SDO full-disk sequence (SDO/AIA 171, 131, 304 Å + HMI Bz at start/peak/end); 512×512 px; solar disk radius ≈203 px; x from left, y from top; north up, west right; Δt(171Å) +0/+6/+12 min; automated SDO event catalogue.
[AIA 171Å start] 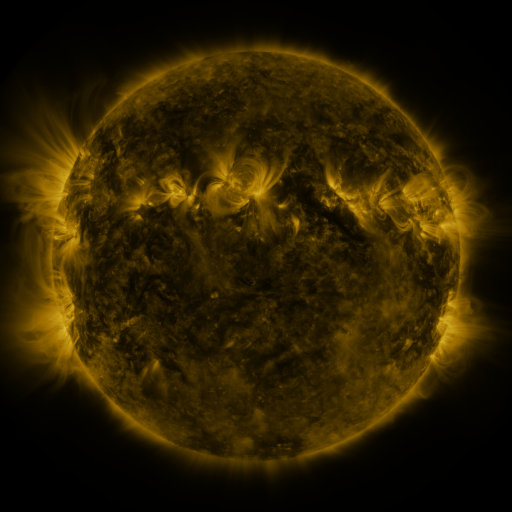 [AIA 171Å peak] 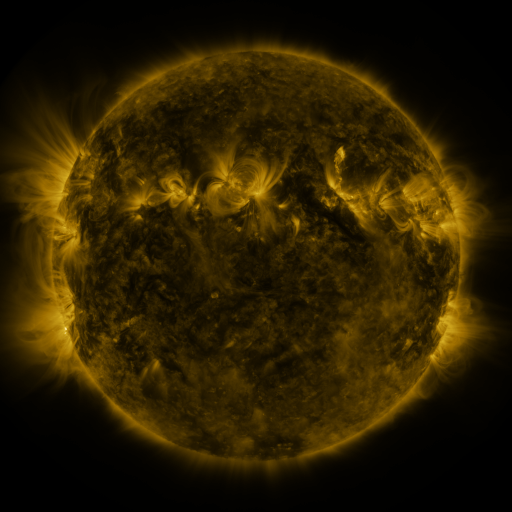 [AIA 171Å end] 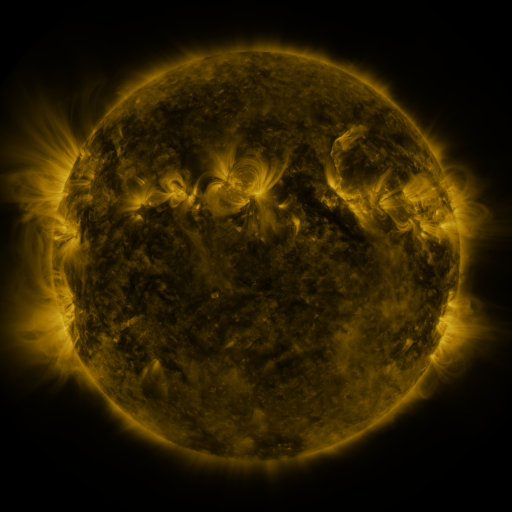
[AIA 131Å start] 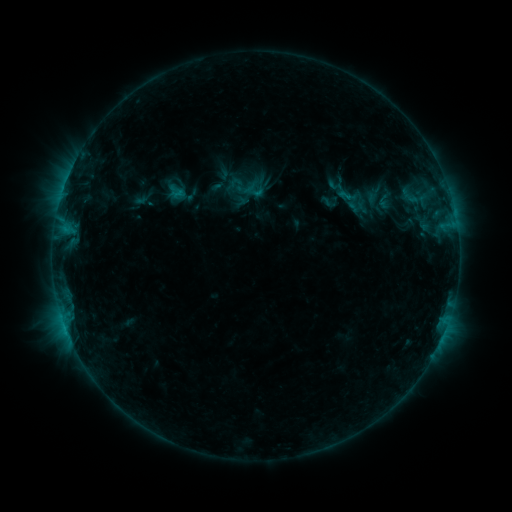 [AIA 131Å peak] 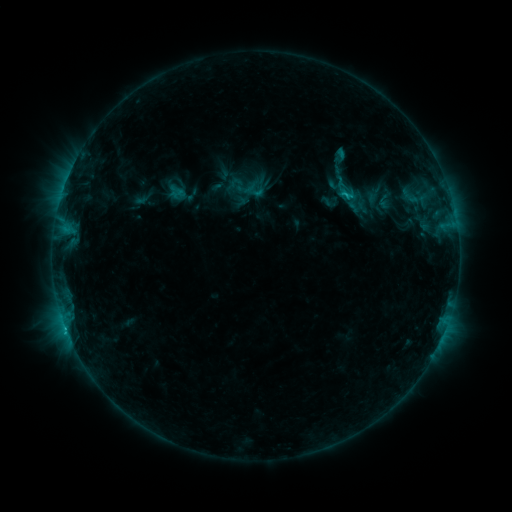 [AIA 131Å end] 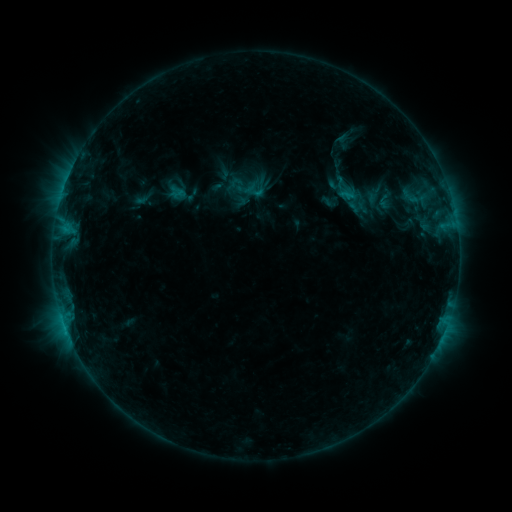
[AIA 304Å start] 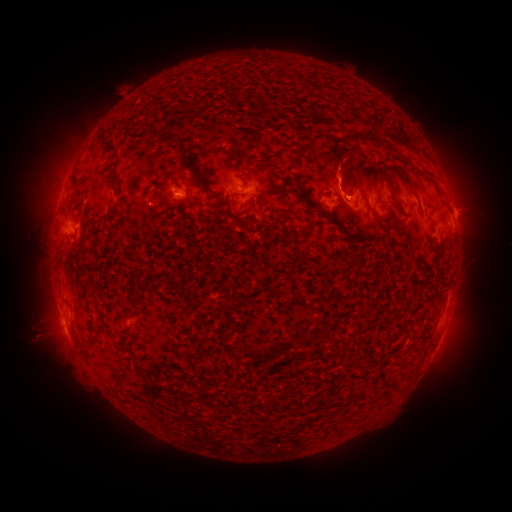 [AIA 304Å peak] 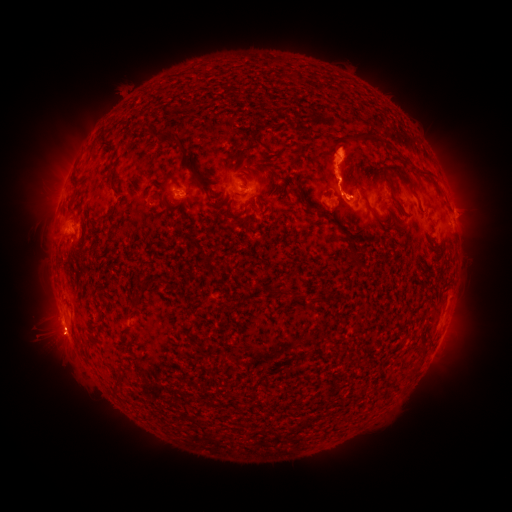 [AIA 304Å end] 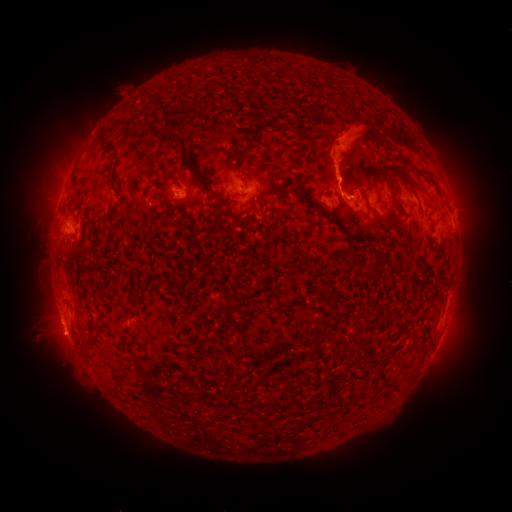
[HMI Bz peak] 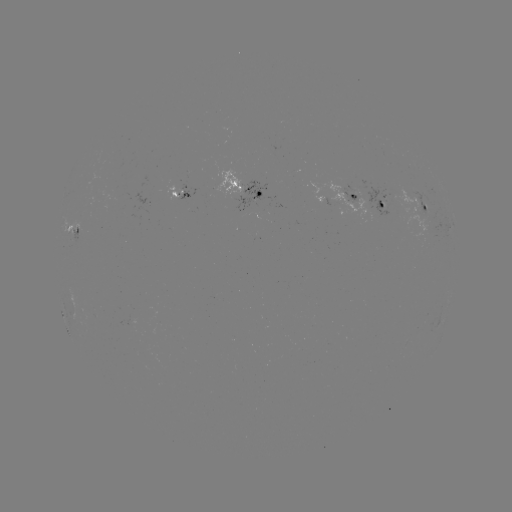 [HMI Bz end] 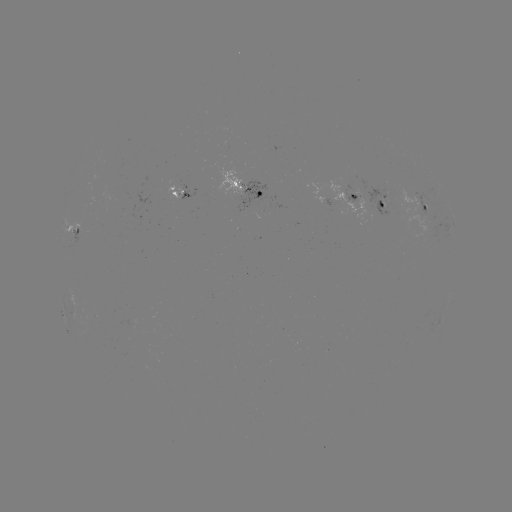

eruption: <bbox>443, 135, 464, 171</bbox>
